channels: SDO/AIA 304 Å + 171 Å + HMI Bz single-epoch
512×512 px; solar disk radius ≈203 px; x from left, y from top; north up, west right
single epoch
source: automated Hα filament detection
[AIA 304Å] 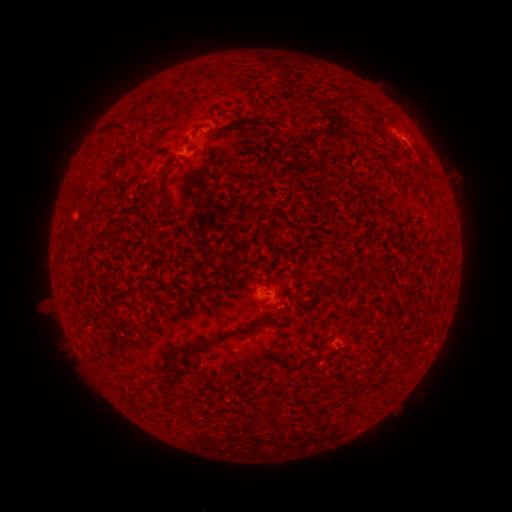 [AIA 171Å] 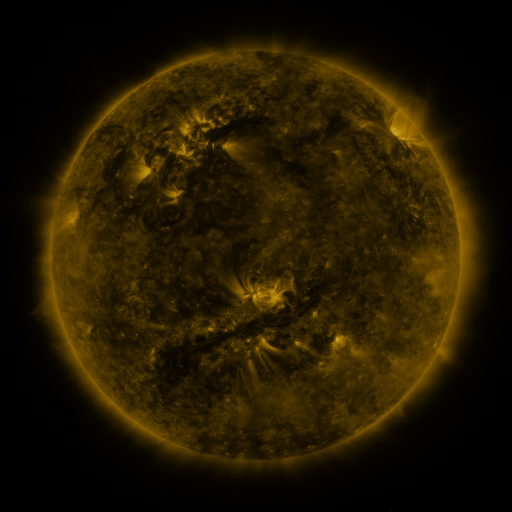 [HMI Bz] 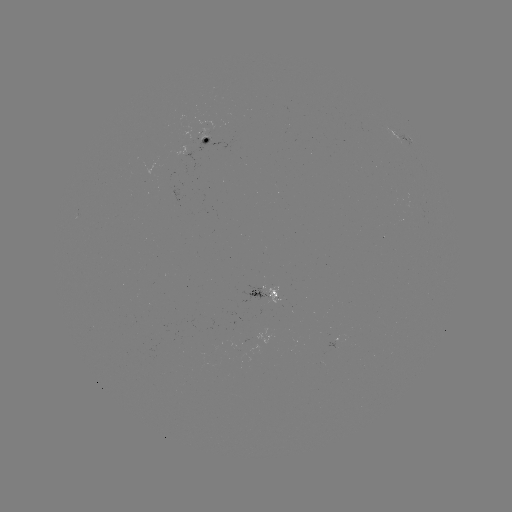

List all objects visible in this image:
filament: <bbox>216, 62, 224, 73</bbox>
filament: <bbox>99, 122, 128, 137</bbox>
filament: <bbox>217, 123, 233, 131</bbox>
filament: <bbox>106, 153, 123, 182</bbox>
filament: <bbox>156, 162, 171, 216</bbox>
filament: <bbox>402, 172, 412, 182</bbox>
filament: <bbox>329, 273, 365, 287</bbox>
filament: <bbox>371, 273, 381, 281</bbox>
filament: <bbox>266, 275, 273, 286</bbox>
filament: <bbox>152, 300, 159, 320</bbox>
filament: <bbox>292, 303, 307, 316</bbox>
filament: <bbox>228, 318, 285, 338</bbox>
filament: <bbox>184, 336, 216, 352</bbox>
